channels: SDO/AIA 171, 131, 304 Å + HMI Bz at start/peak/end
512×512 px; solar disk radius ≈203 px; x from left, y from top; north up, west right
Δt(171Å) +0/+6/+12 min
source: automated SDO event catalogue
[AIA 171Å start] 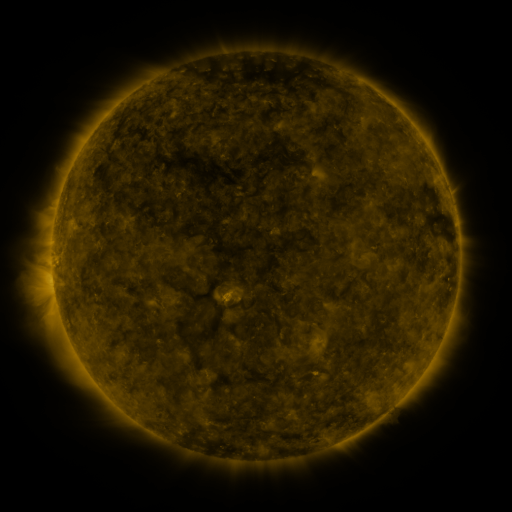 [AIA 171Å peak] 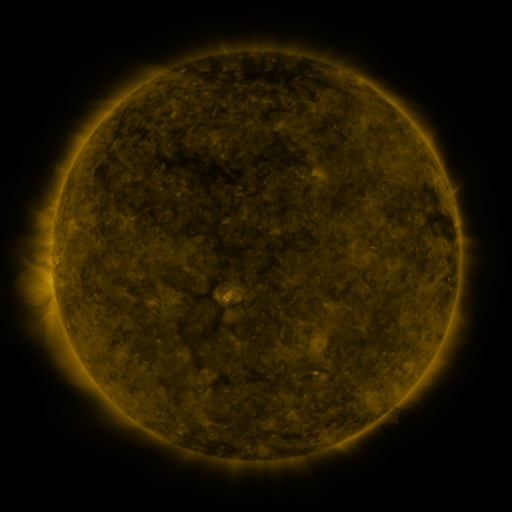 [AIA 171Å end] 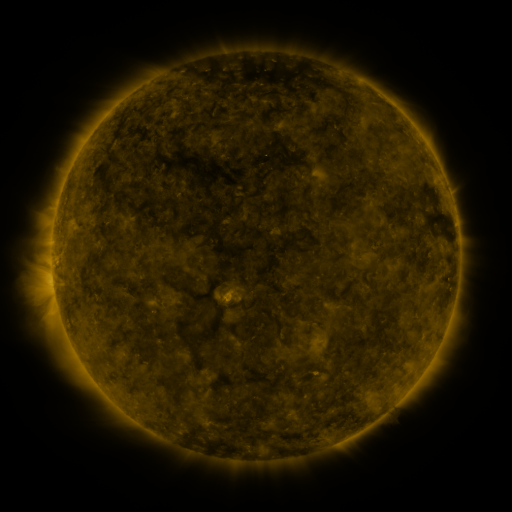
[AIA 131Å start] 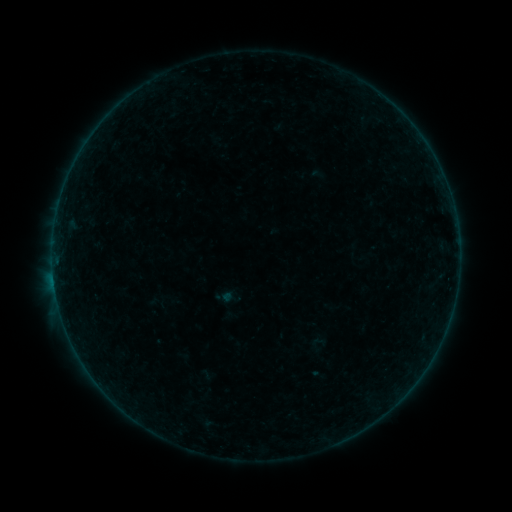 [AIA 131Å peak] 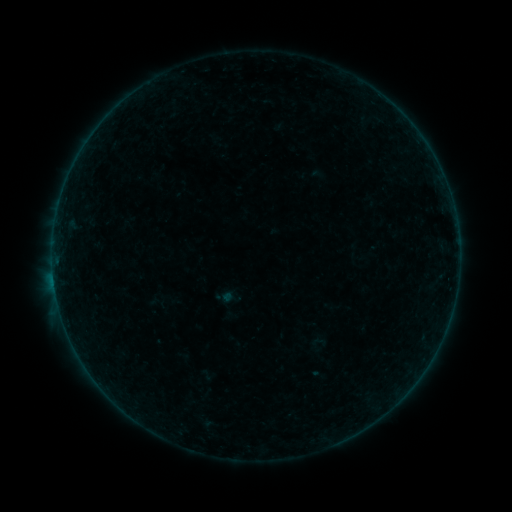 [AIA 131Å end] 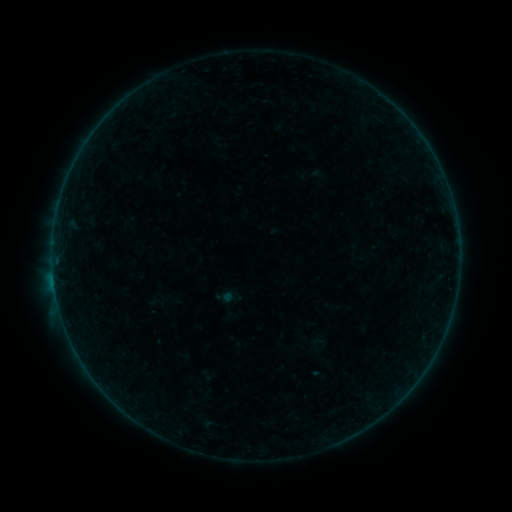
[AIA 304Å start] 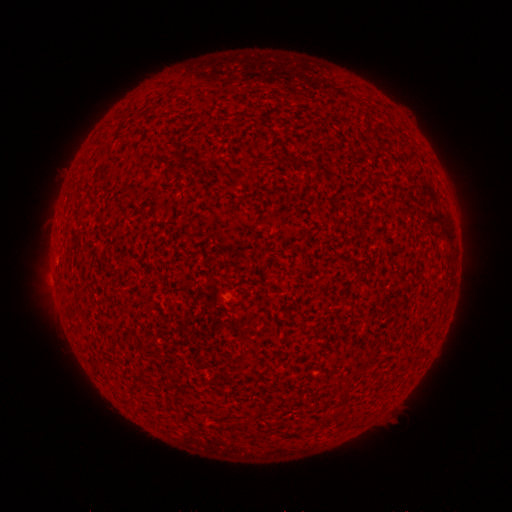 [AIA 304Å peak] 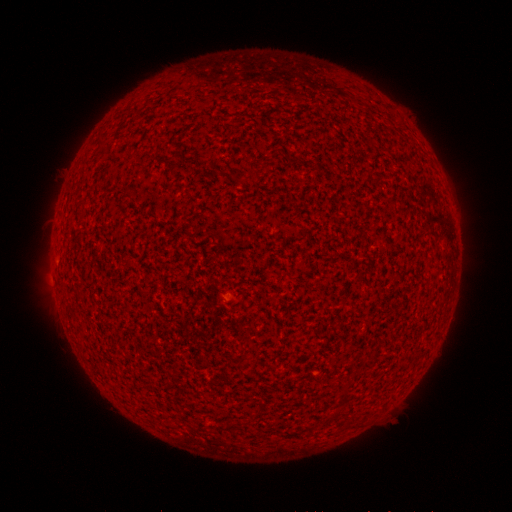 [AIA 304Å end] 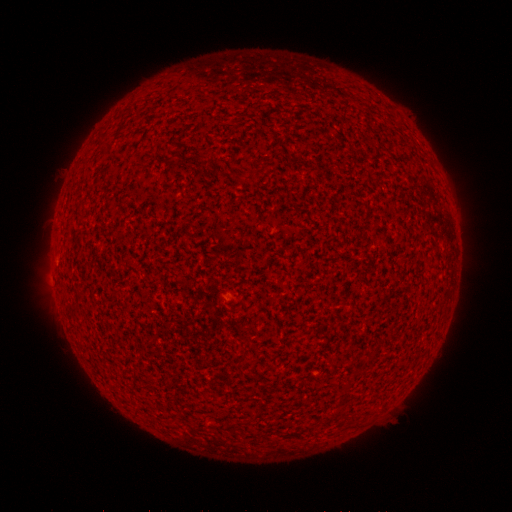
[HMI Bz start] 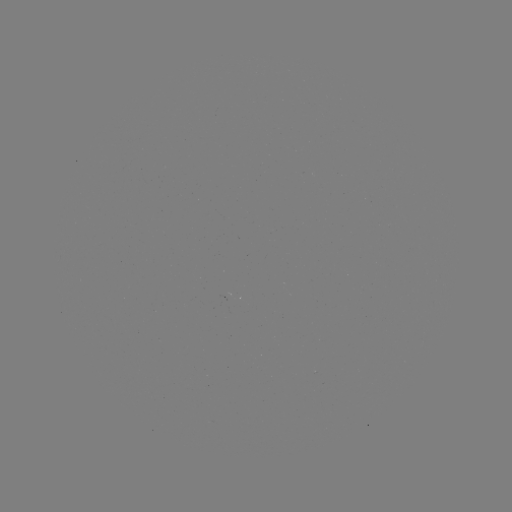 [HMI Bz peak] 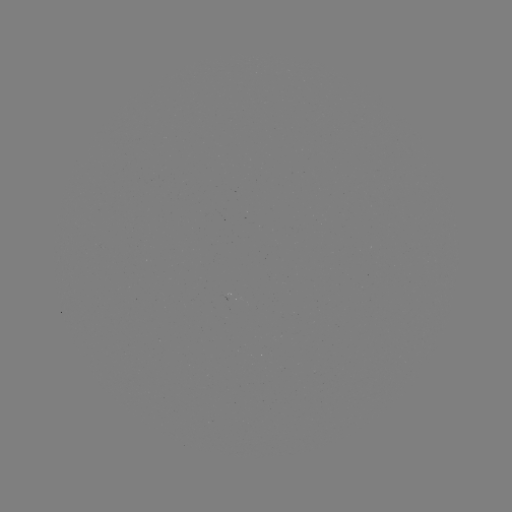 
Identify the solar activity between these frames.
A1.8 flare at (264, 157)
